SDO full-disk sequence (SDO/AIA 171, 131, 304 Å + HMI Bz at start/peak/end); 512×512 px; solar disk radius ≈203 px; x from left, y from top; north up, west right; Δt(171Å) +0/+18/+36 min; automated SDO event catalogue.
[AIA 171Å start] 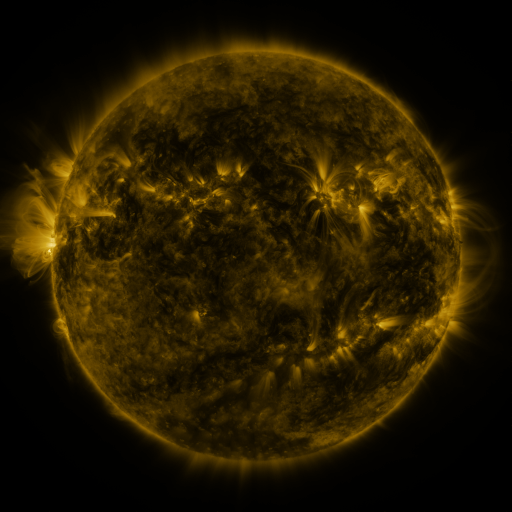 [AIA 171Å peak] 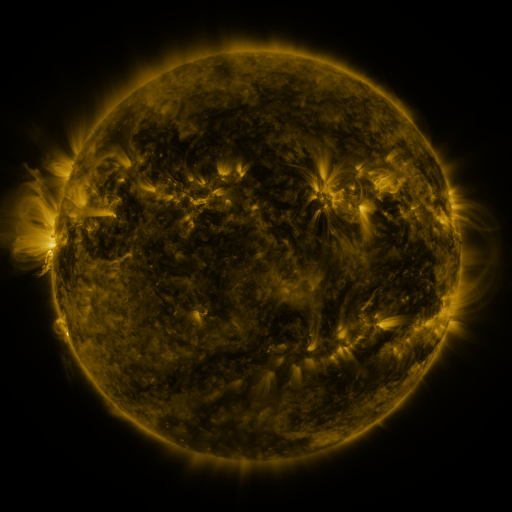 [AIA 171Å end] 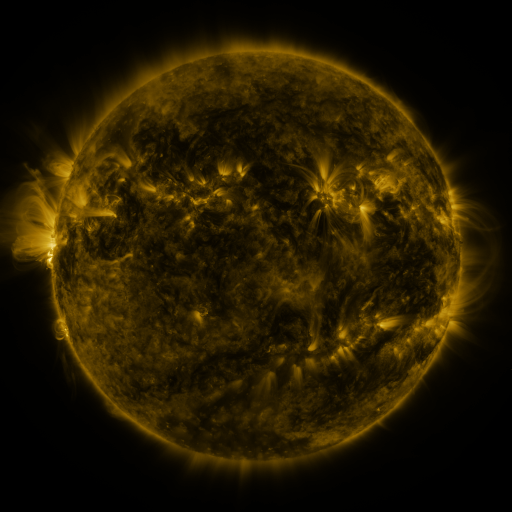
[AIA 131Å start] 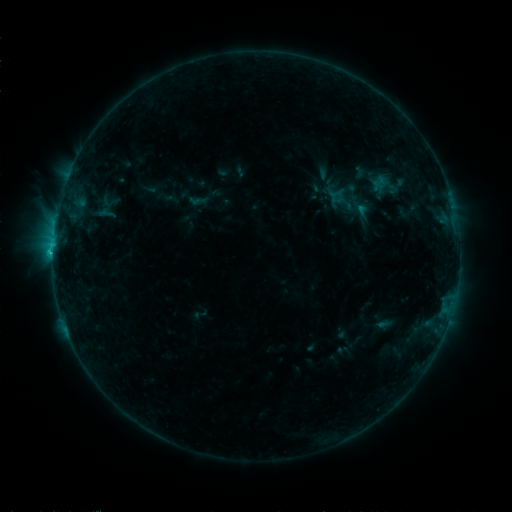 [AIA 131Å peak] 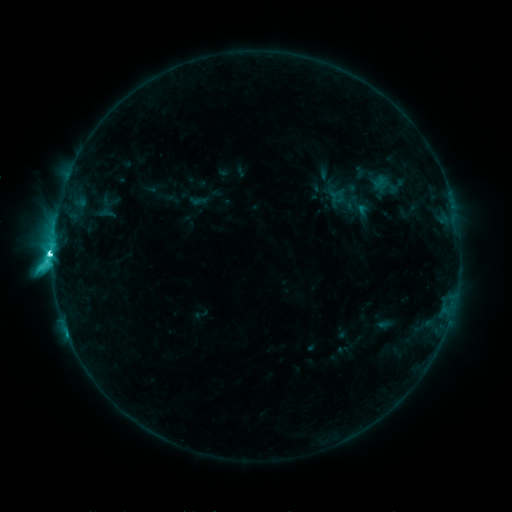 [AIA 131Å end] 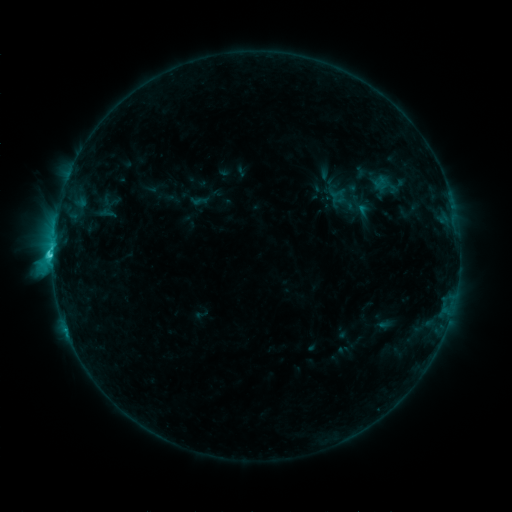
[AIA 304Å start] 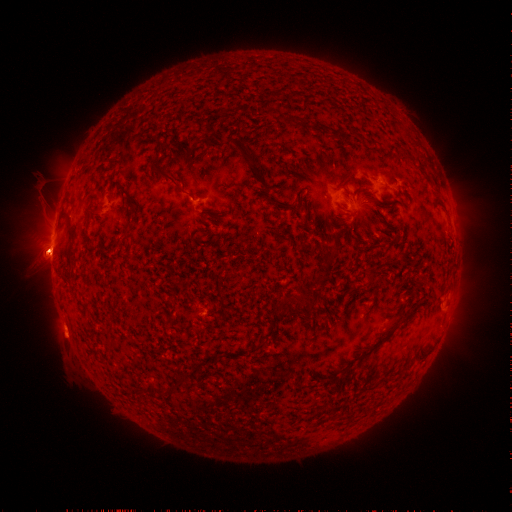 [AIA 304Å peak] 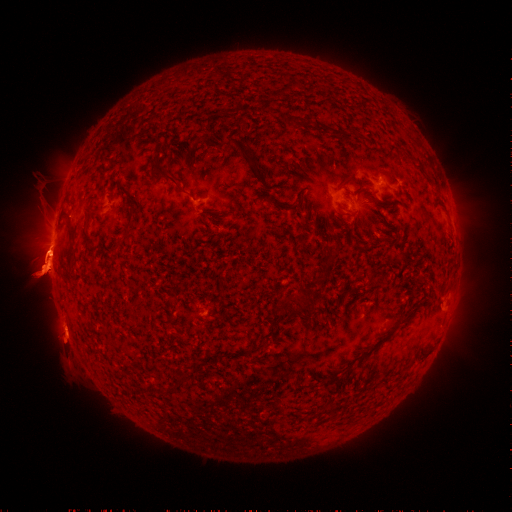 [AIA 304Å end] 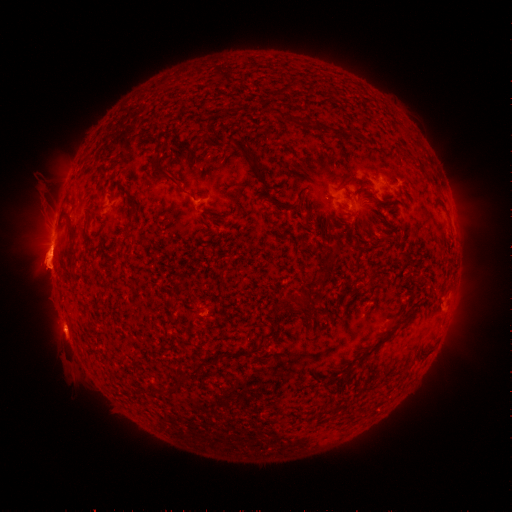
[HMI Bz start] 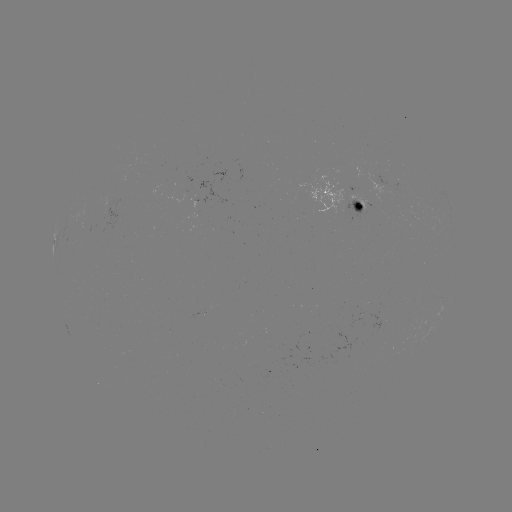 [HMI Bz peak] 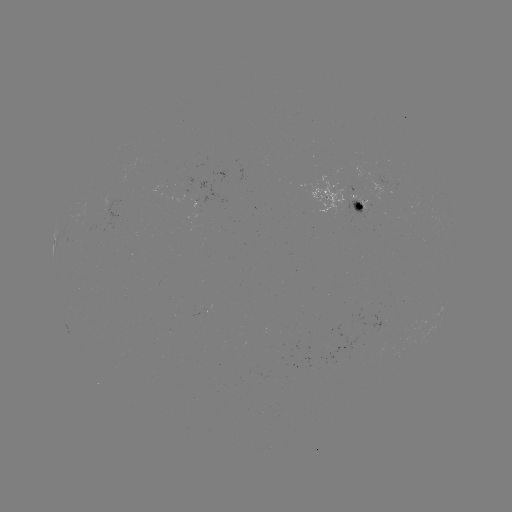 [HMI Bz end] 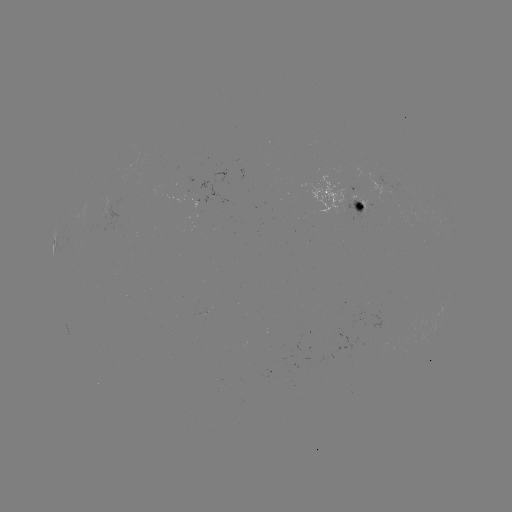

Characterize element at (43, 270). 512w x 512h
eruption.